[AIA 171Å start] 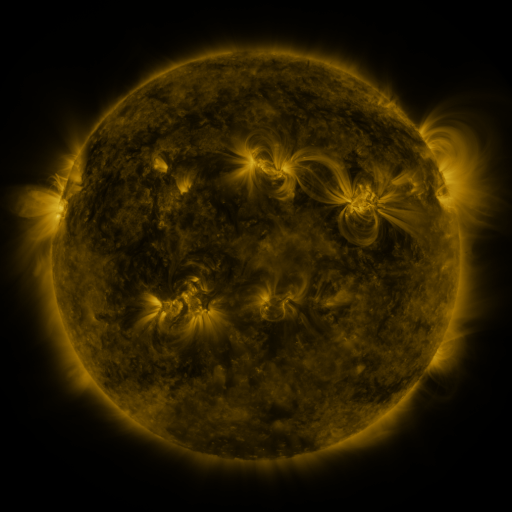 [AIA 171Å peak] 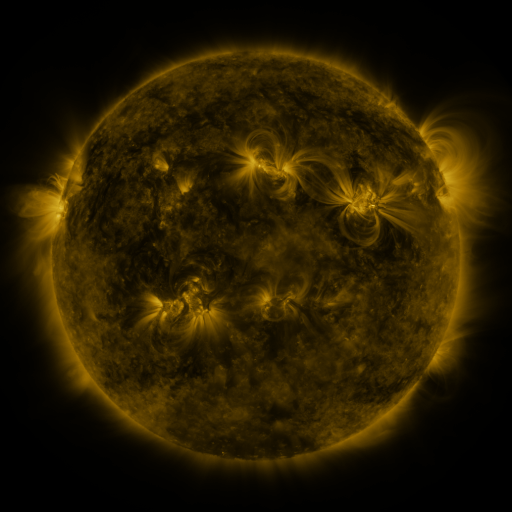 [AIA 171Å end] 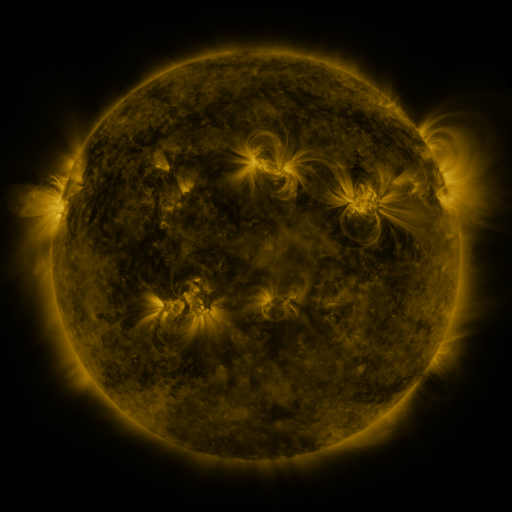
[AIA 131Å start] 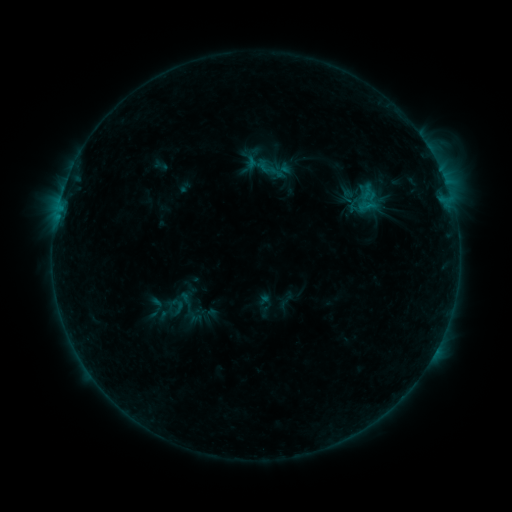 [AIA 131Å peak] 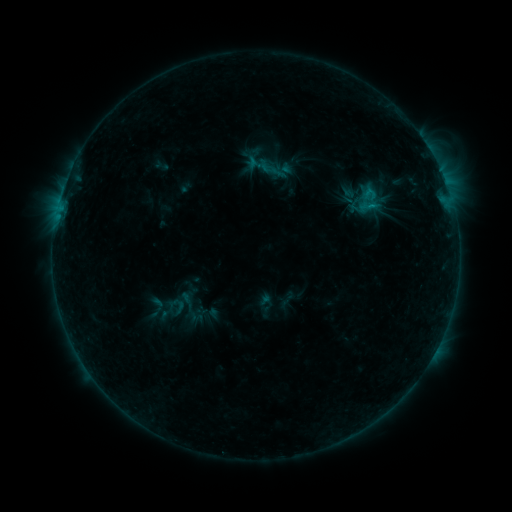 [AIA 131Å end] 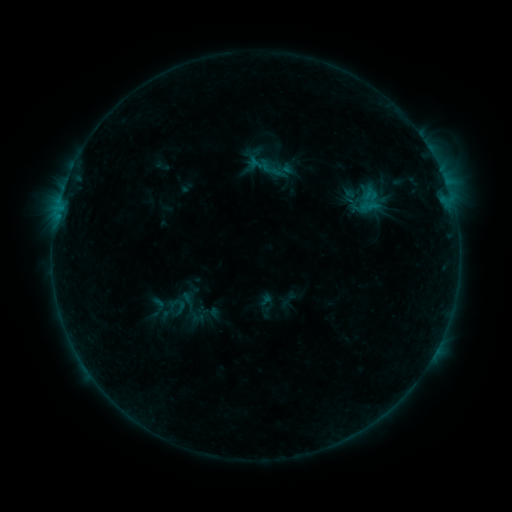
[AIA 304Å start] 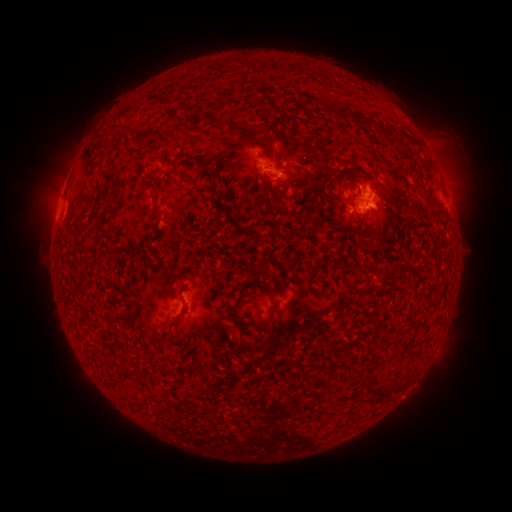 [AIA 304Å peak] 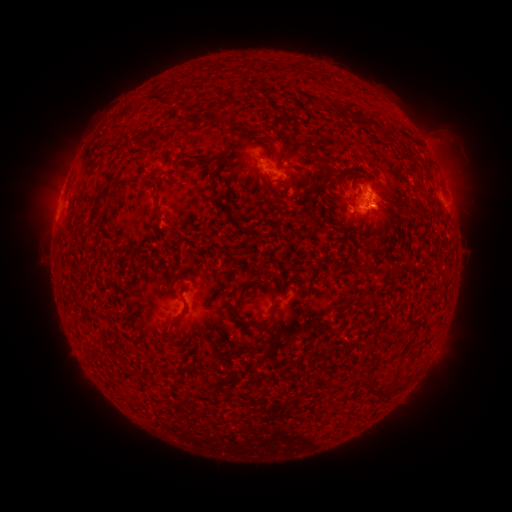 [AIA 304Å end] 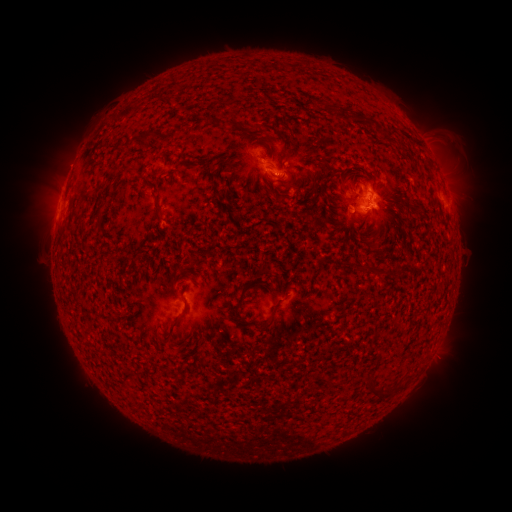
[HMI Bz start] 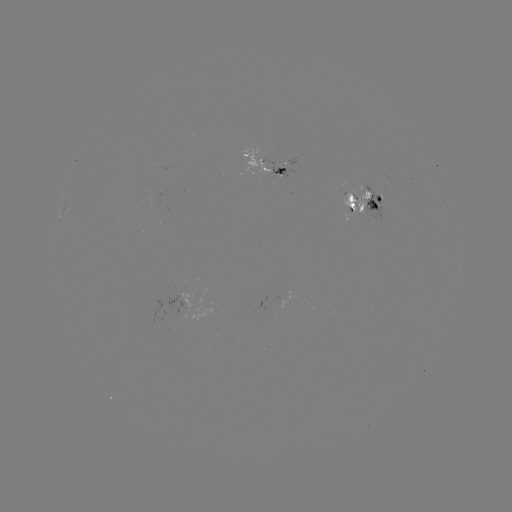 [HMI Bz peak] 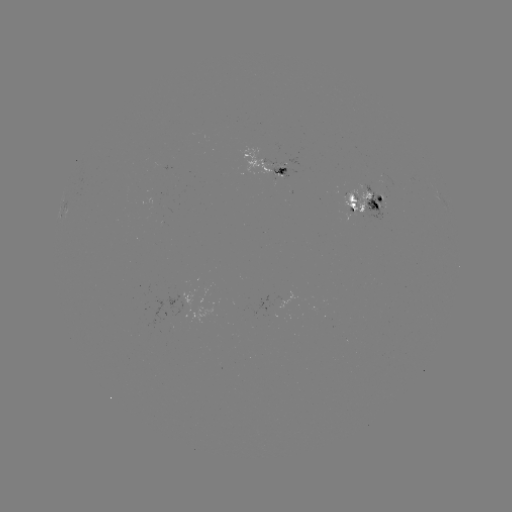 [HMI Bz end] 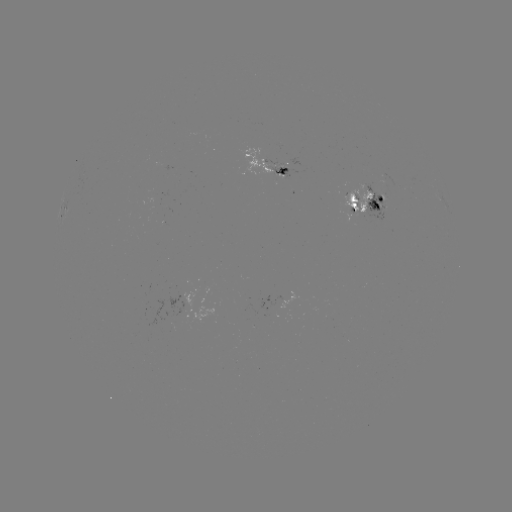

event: emerging-flux region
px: (282, 169)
